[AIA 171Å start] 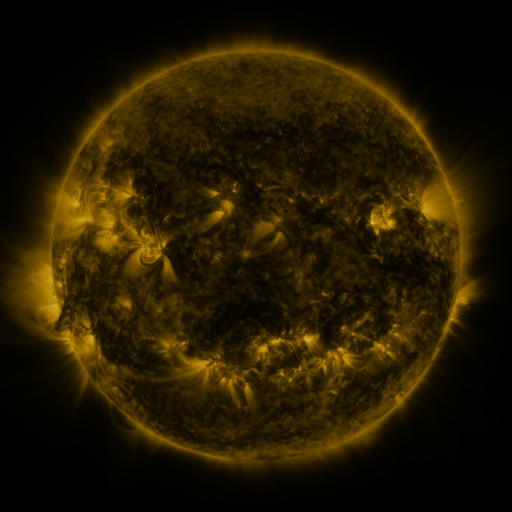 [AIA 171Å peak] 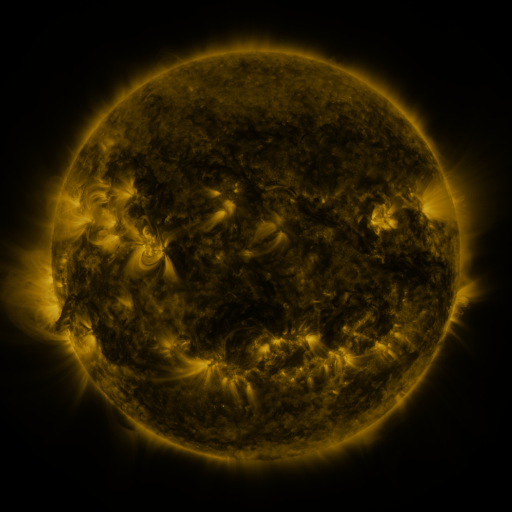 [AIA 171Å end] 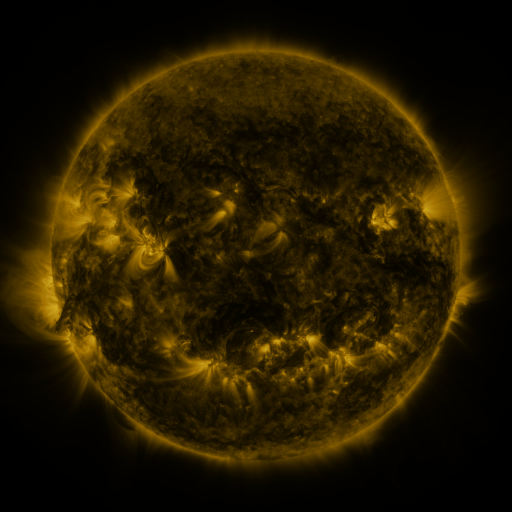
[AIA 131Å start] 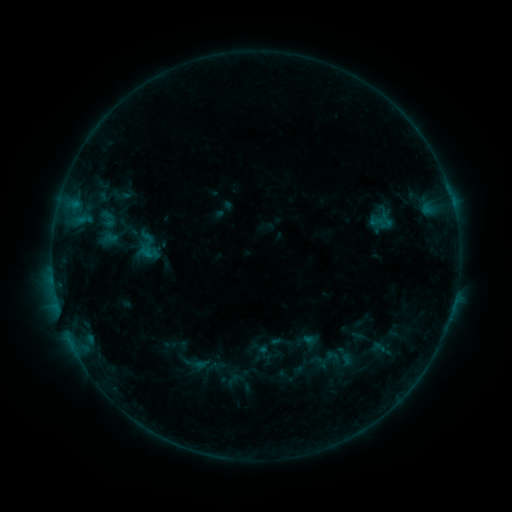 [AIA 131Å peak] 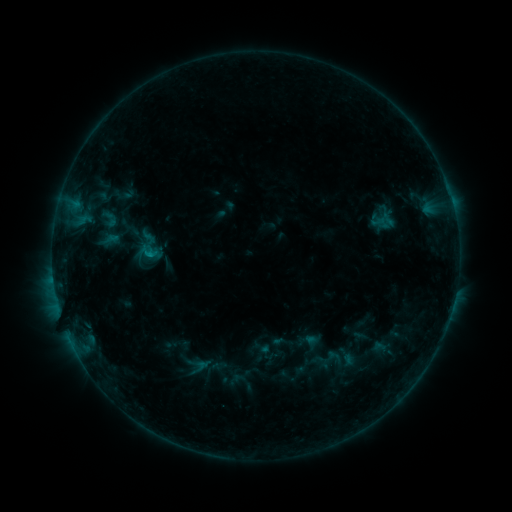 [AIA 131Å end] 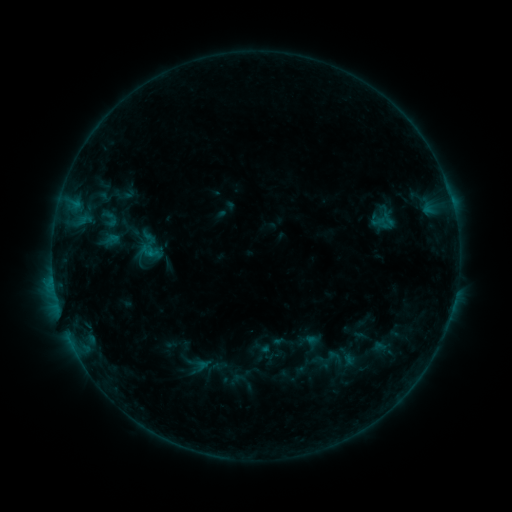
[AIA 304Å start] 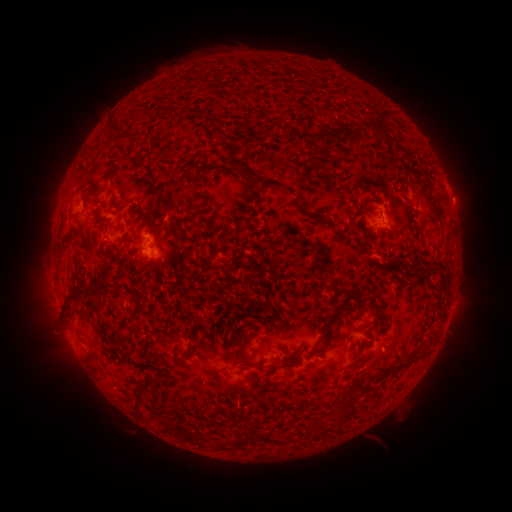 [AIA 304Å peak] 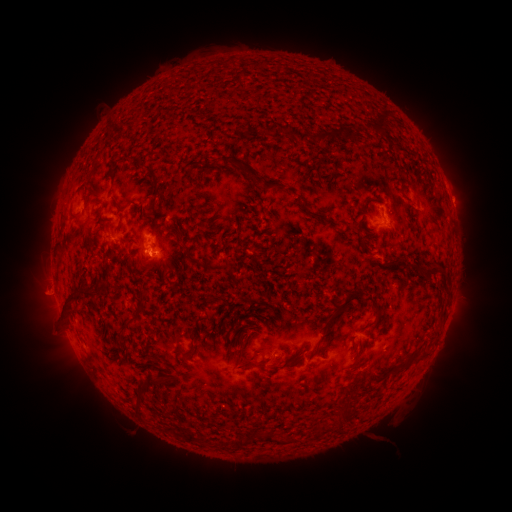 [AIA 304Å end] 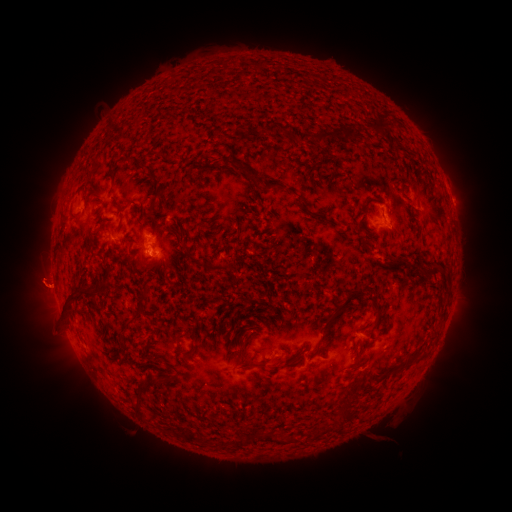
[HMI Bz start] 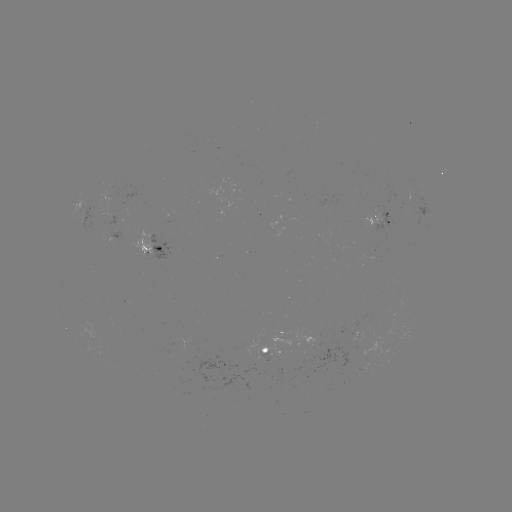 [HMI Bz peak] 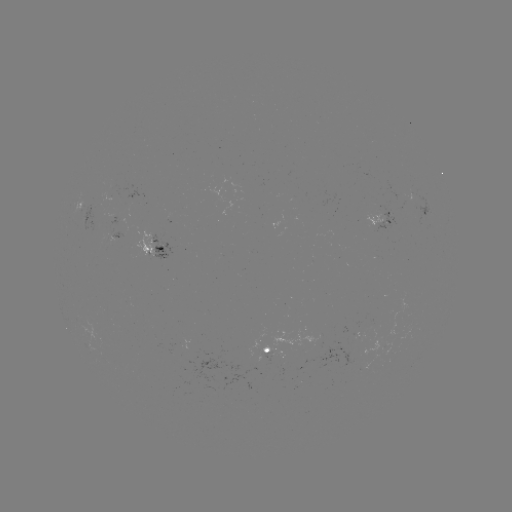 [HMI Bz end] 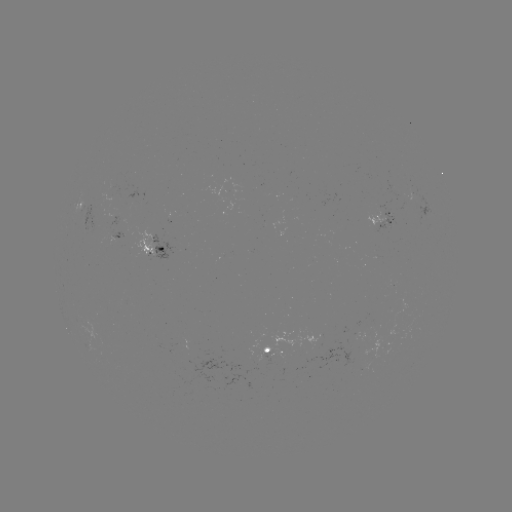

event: emerging-flux region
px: (108, 233)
